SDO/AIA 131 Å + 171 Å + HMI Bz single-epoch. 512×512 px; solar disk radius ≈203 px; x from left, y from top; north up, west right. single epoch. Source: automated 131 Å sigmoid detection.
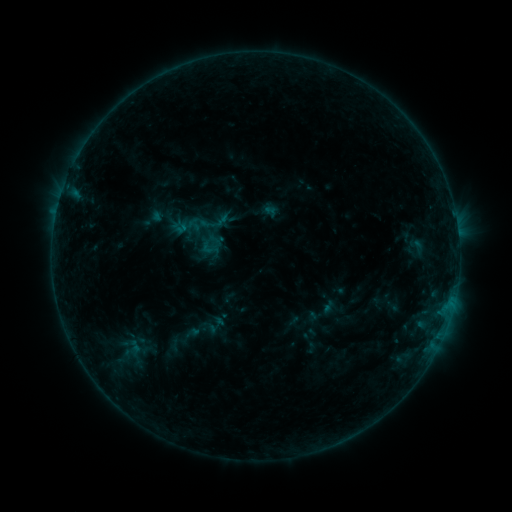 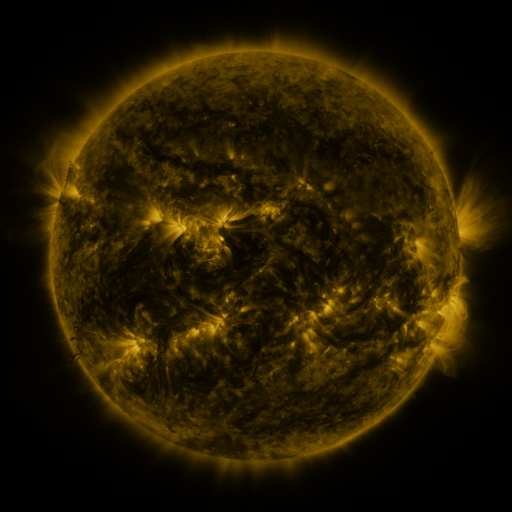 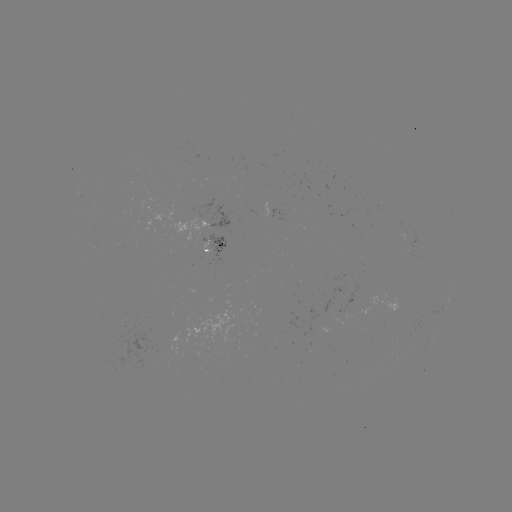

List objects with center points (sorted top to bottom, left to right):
sigmoid: (199, 239, 214, 254)
